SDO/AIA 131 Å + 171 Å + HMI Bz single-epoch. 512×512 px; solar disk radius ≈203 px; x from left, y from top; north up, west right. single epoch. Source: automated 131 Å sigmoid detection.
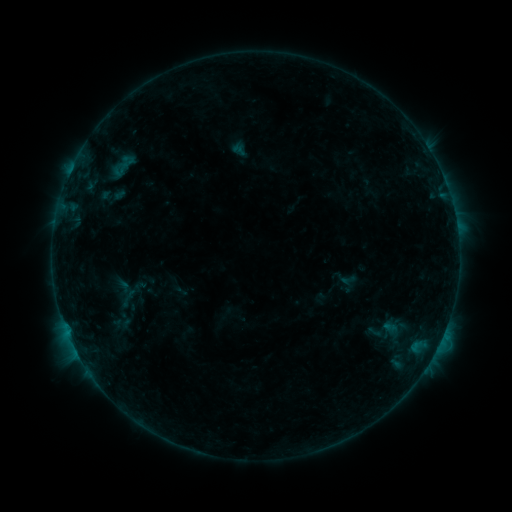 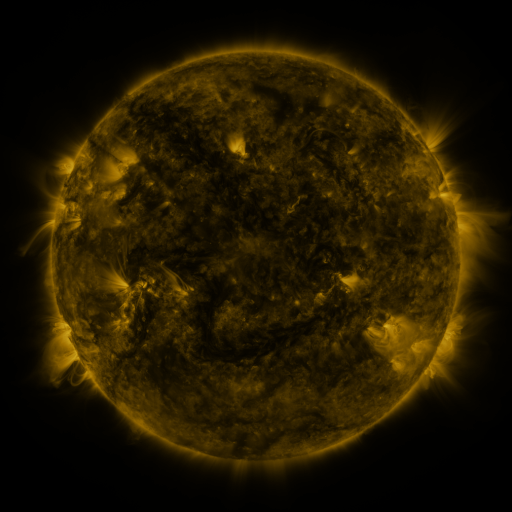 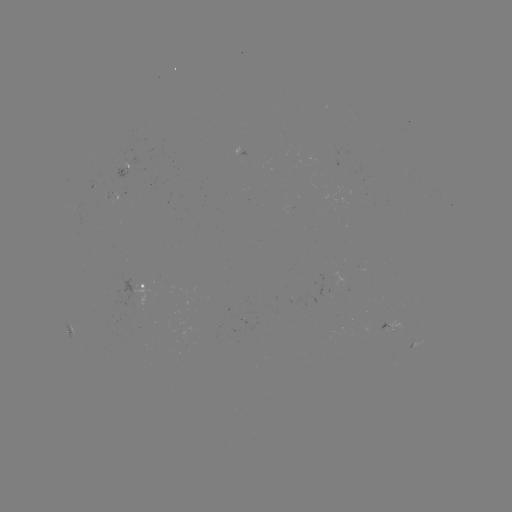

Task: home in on sigmoid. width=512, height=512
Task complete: (347, 280).